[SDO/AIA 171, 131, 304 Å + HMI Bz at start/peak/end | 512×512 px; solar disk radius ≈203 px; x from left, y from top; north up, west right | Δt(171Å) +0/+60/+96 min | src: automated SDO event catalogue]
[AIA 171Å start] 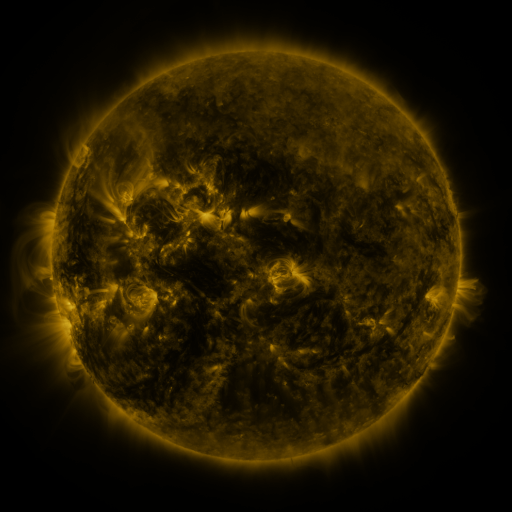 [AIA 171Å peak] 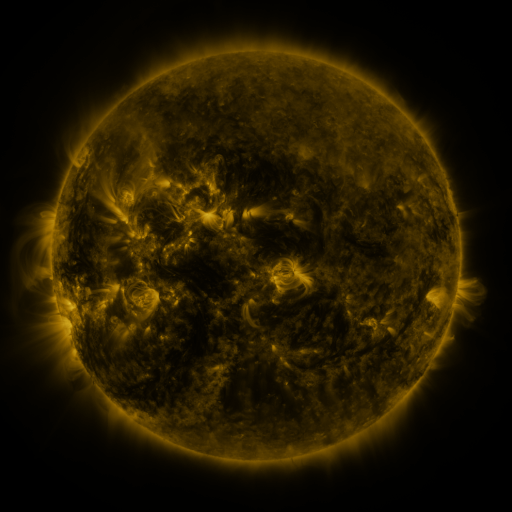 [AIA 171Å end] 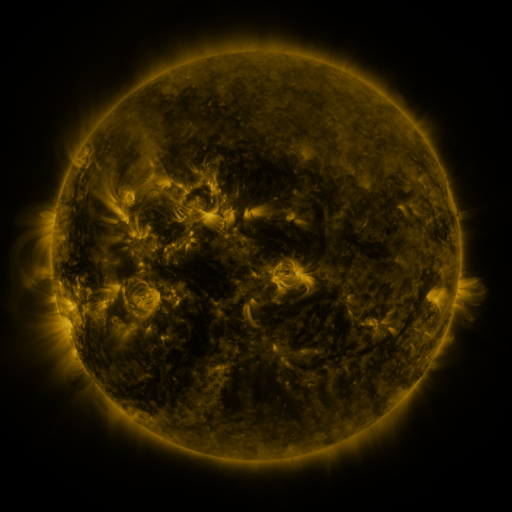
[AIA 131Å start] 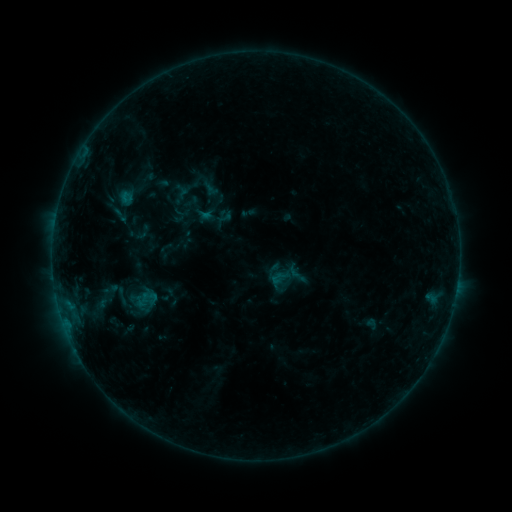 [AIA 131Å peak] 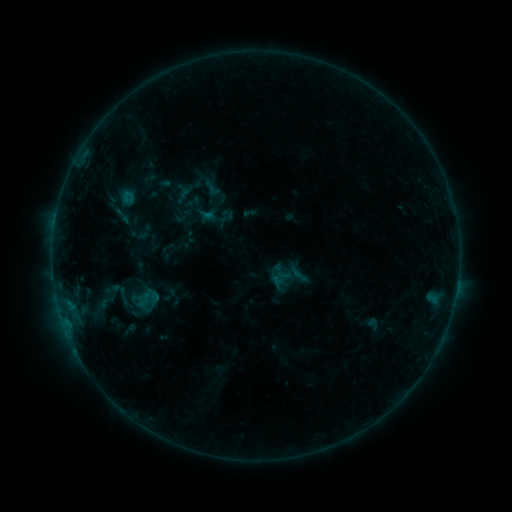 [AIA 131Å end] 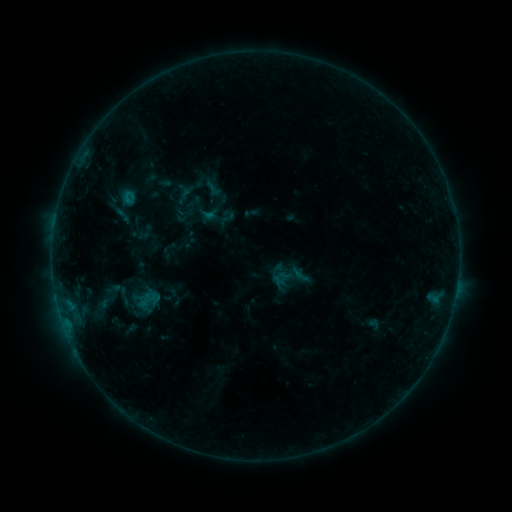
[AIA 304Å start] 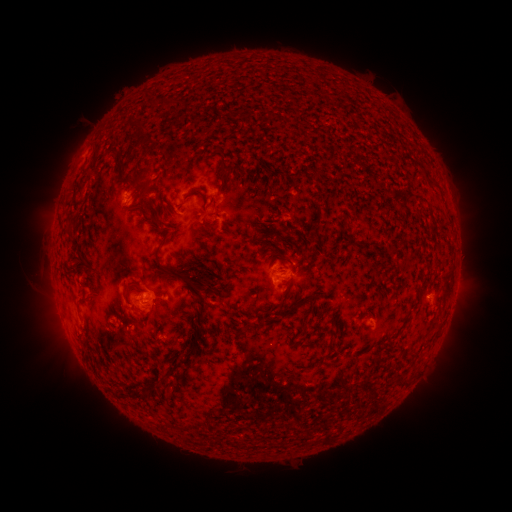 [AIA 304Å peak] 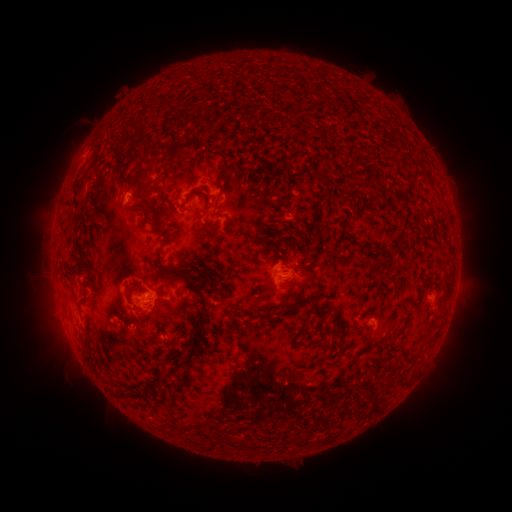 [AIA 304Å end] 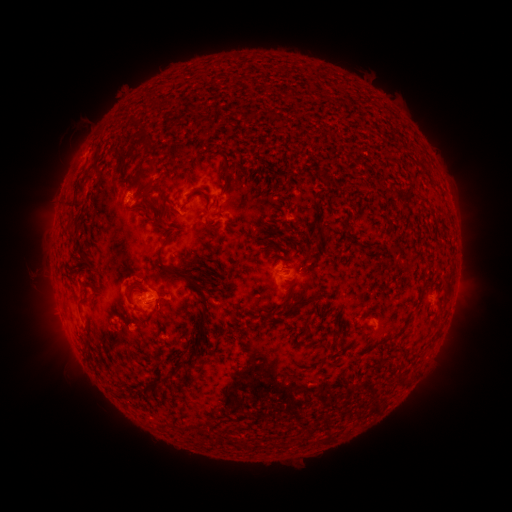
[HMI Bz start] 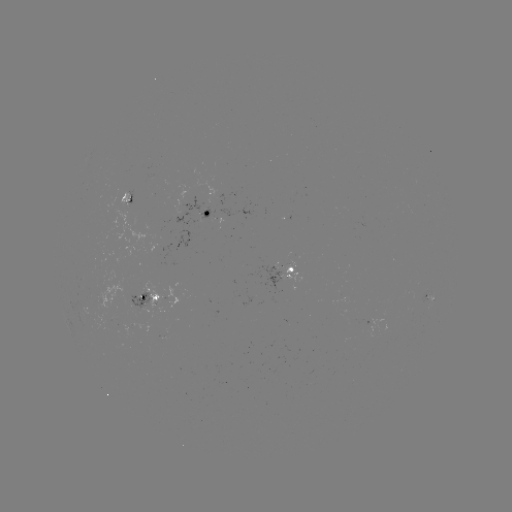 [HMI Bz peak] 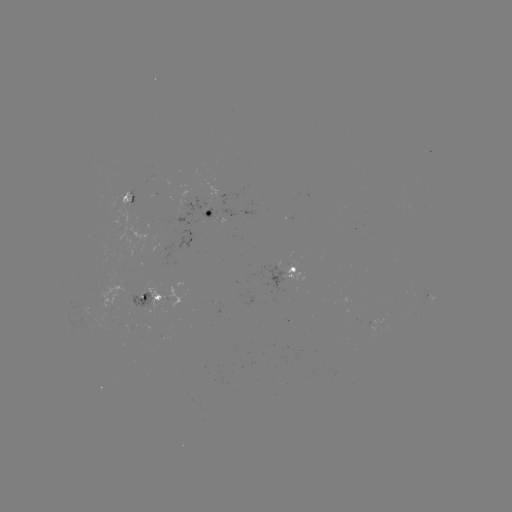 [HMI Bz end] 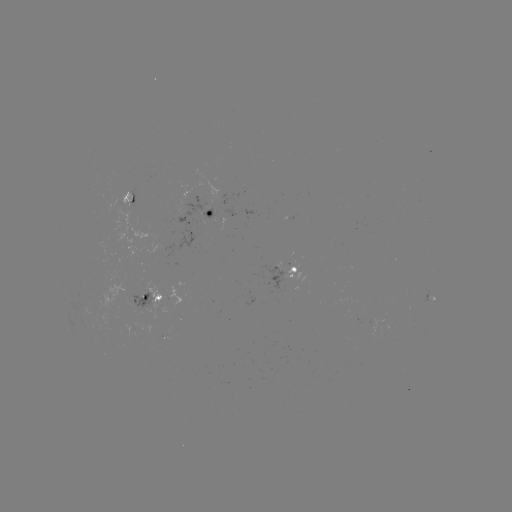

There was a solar emerging-flux region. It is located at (156, 335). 